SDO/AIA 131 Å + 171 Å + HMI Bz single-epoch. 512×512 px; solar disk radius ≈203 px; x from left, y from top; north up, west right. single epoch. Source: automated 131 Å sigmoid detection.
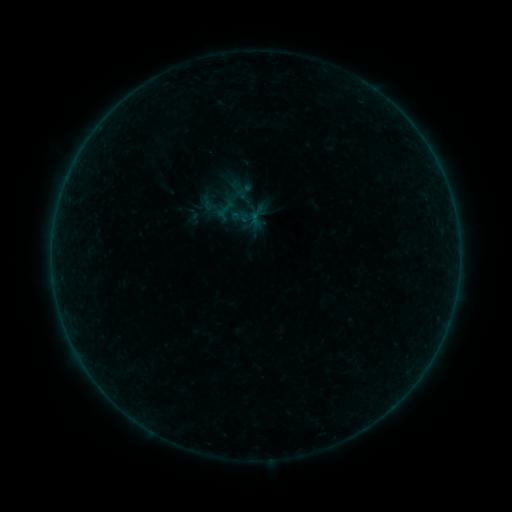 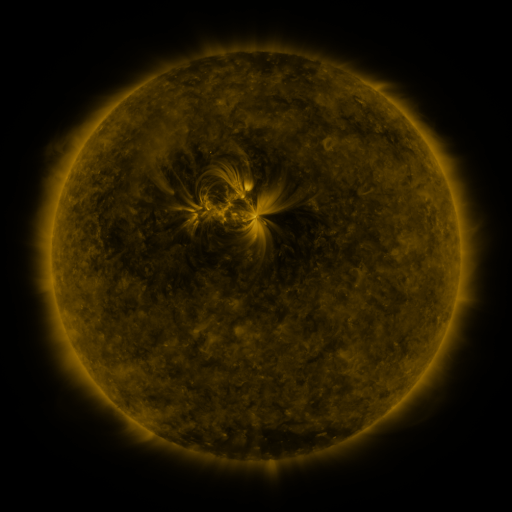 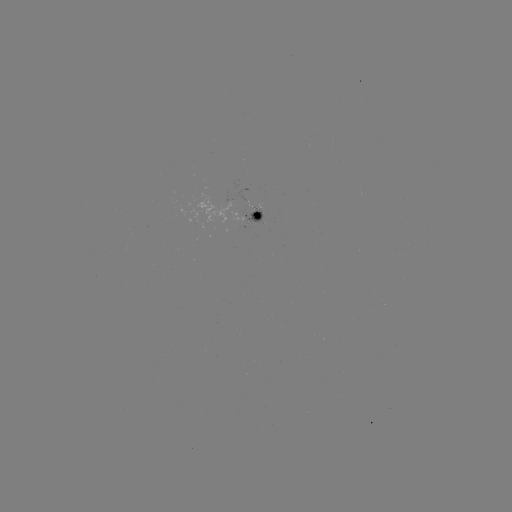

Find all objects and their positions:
sigmoid: (249, 225)
